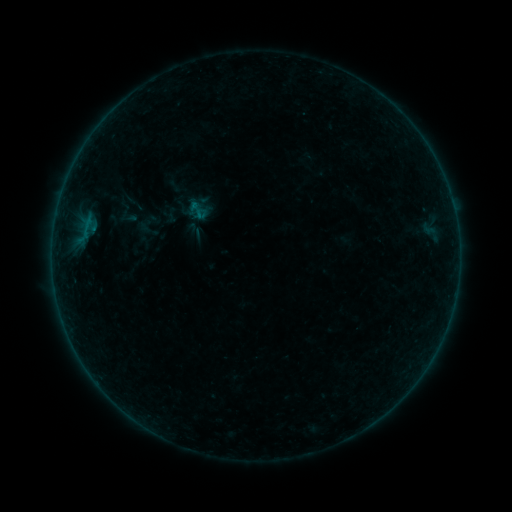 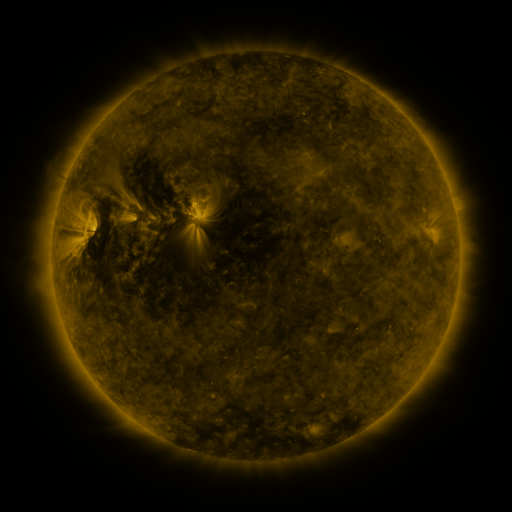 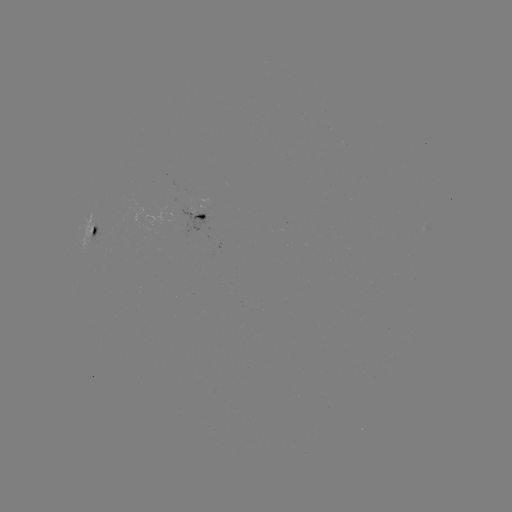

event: sigmoid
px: (172, 214)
